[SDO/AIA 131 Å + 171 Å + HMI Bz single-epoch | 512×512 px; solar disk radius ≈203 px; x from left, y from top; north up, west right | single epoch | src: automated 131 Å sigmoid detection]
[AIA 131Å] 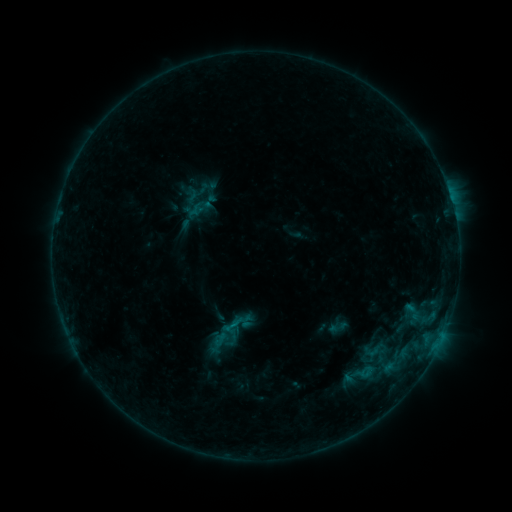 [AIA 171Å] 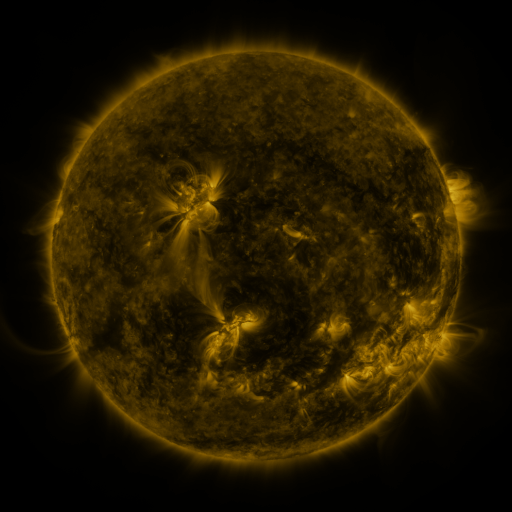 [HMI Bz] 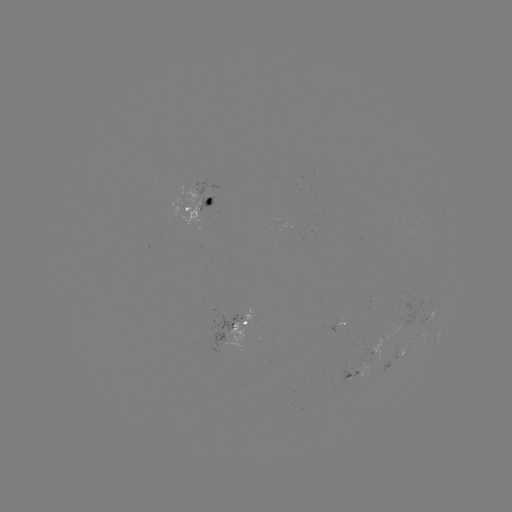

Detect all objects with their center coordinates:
sigmoid: (223, 317, 242, 336)
sigmoid: (328, 317, 348, 337)
sigmoid: (361, 338, 385, 361)
